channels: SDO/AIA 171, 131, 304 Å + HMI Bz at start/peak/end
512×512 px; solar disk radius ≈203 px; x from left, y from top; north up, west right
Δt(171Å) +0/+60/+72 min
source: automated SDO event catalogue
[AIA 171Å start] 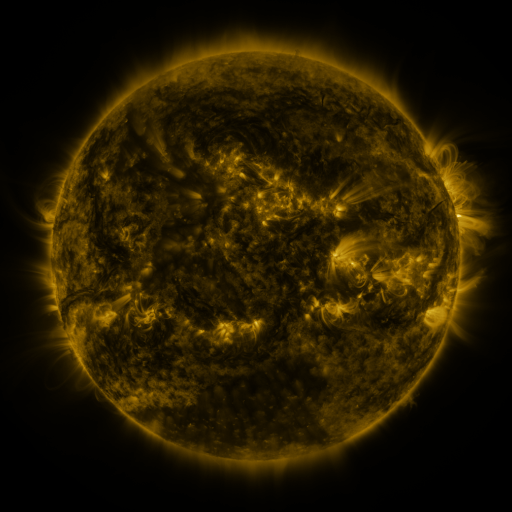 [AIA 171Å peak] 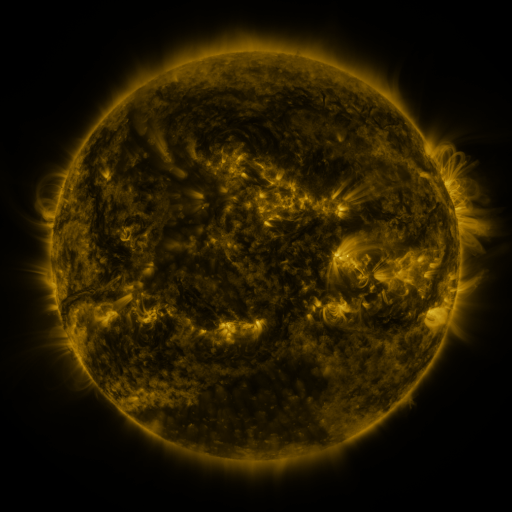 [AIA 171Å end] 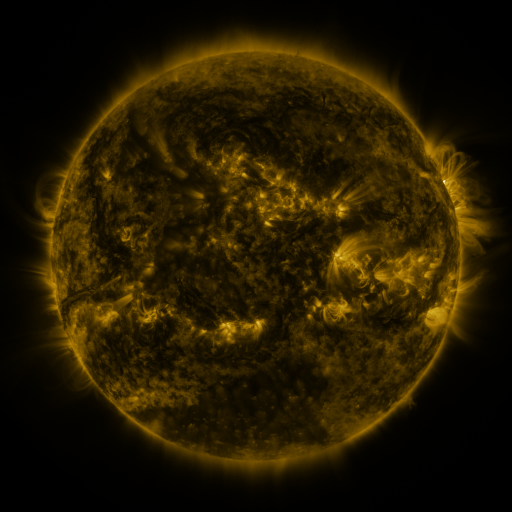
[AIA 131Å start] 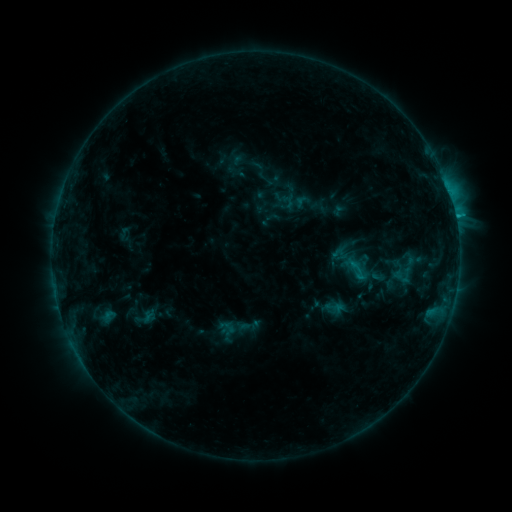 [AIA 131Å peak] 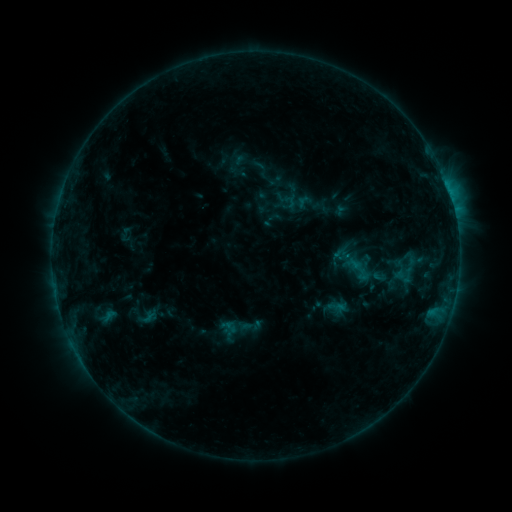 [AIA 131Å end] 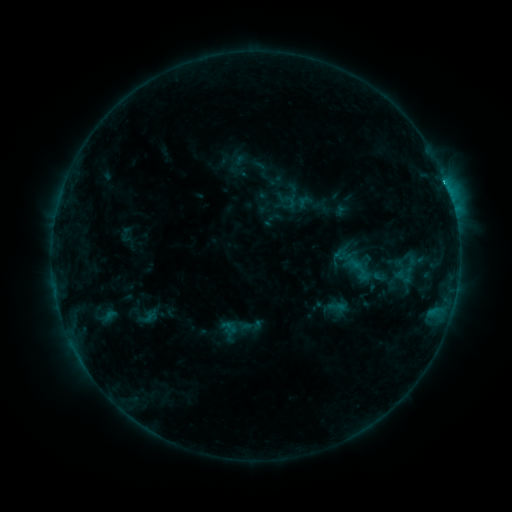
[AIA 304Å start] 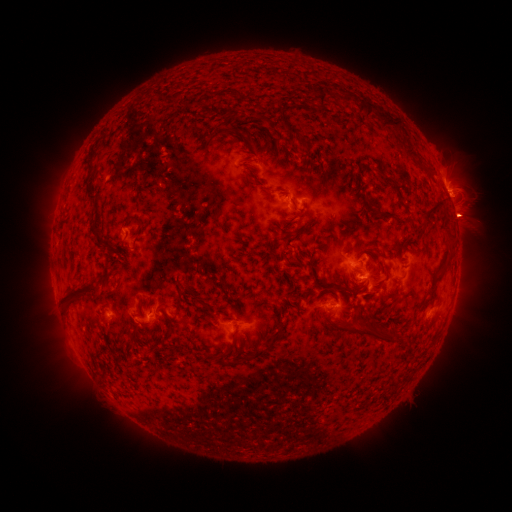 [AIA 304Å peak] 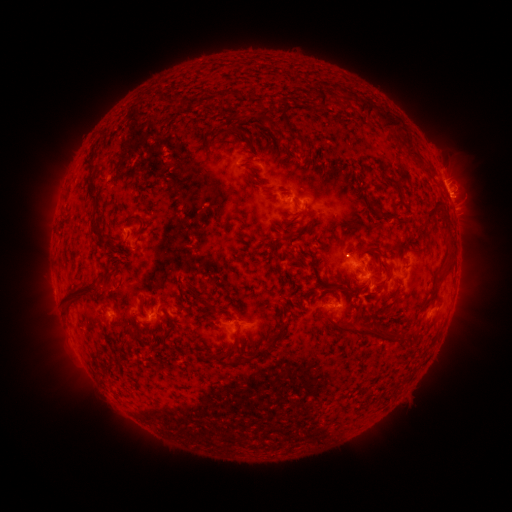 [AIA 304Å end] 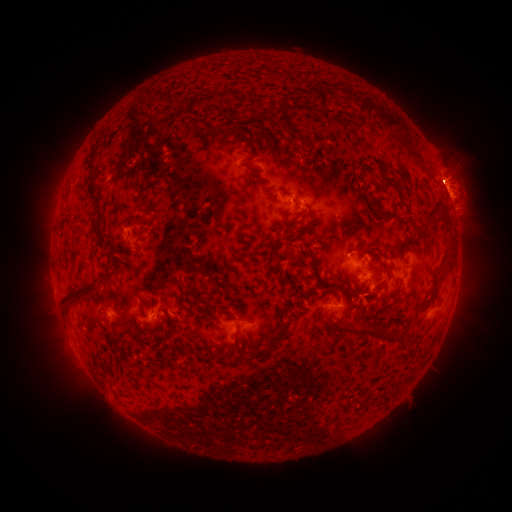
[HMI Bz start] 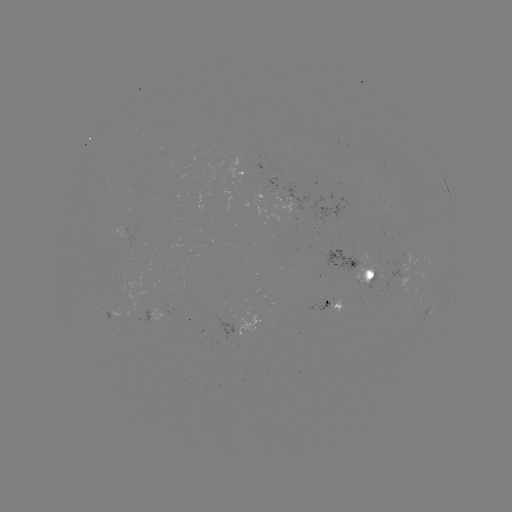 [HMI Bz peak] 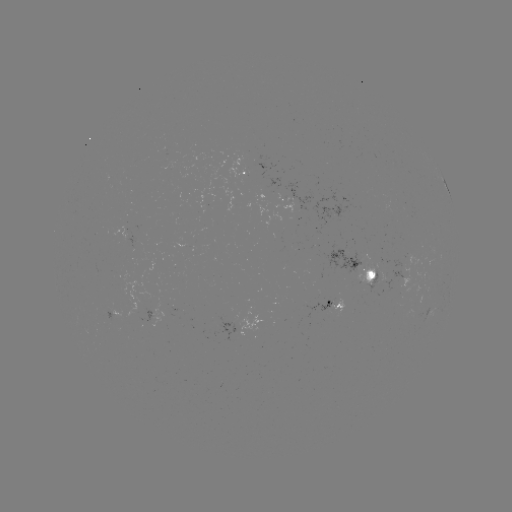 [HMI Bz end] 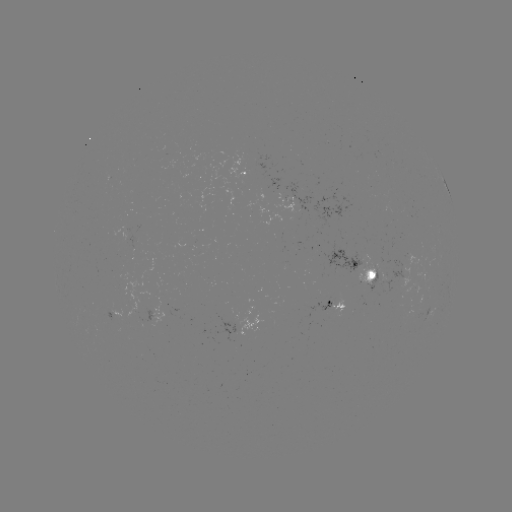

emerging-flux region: <bbox>359, 252, 381, 282</bbox>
